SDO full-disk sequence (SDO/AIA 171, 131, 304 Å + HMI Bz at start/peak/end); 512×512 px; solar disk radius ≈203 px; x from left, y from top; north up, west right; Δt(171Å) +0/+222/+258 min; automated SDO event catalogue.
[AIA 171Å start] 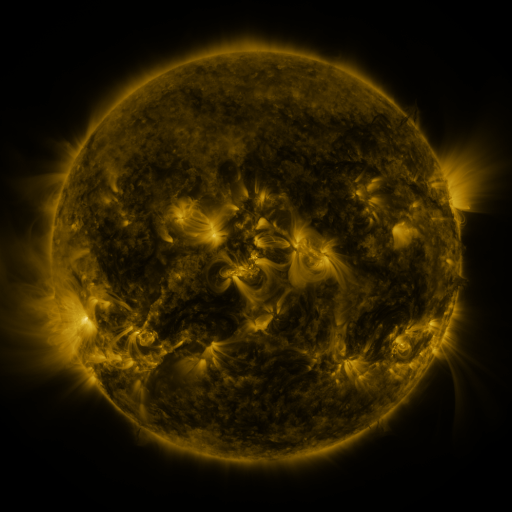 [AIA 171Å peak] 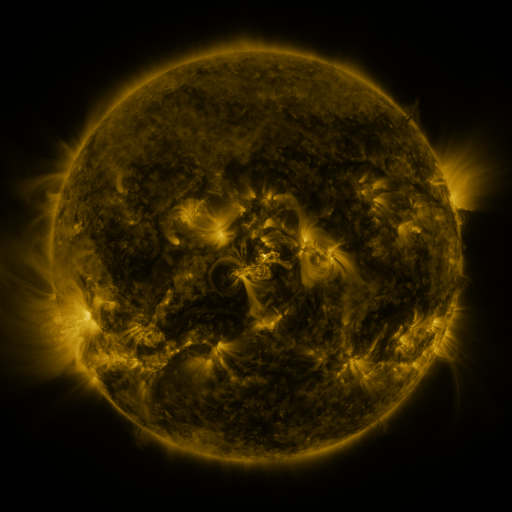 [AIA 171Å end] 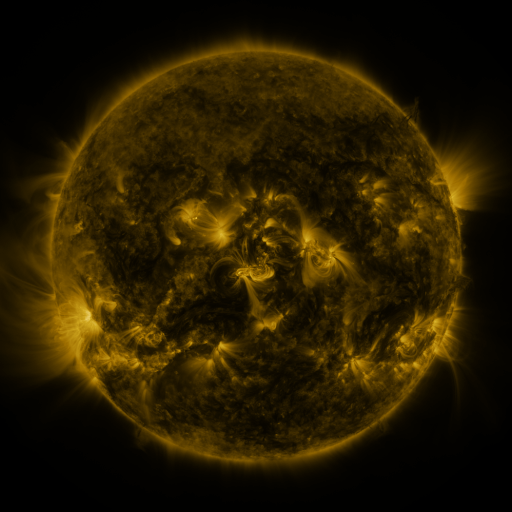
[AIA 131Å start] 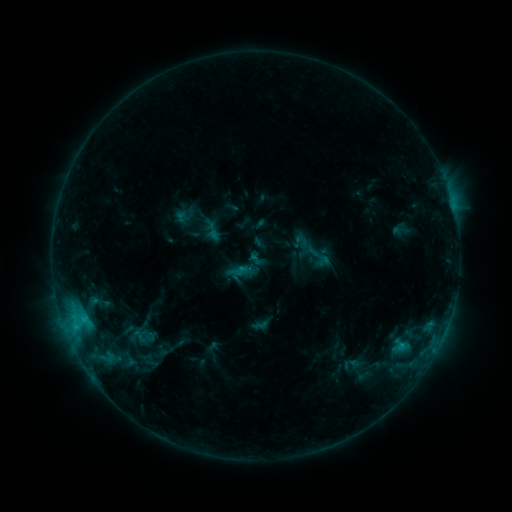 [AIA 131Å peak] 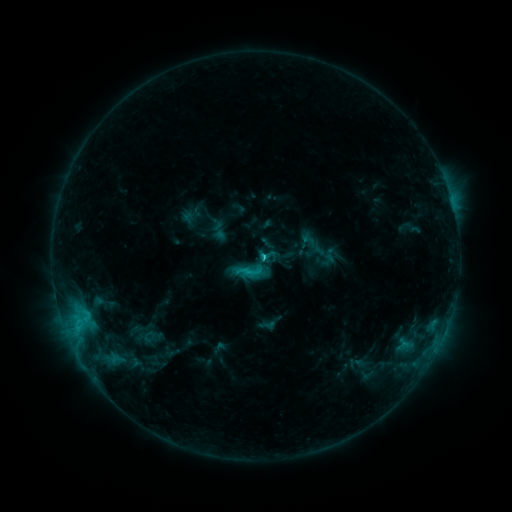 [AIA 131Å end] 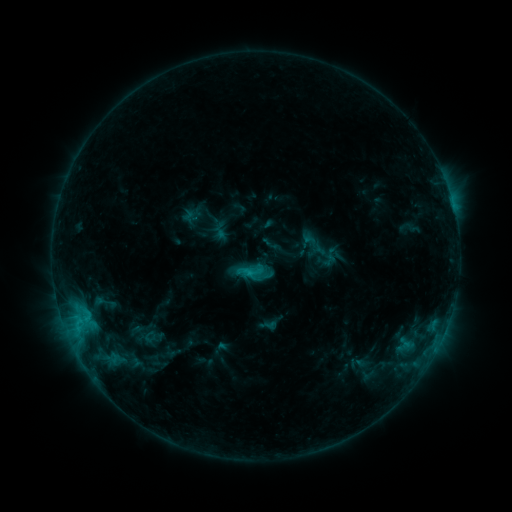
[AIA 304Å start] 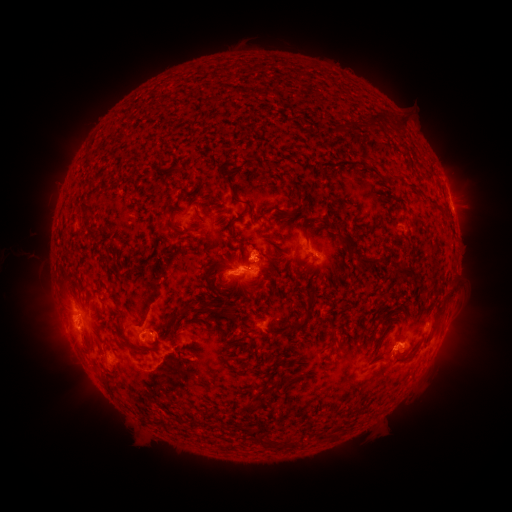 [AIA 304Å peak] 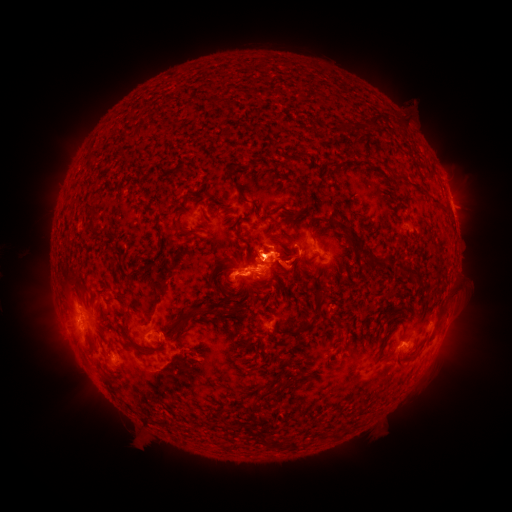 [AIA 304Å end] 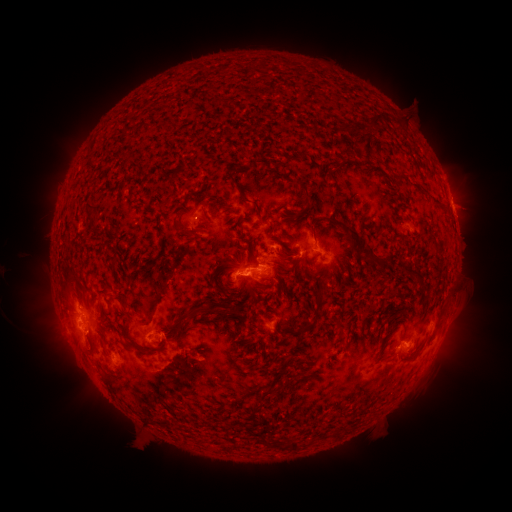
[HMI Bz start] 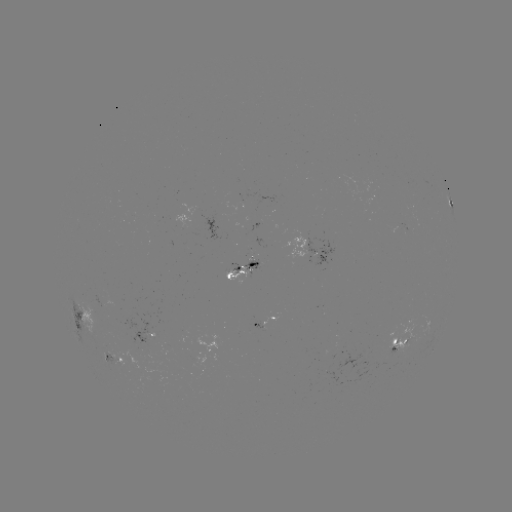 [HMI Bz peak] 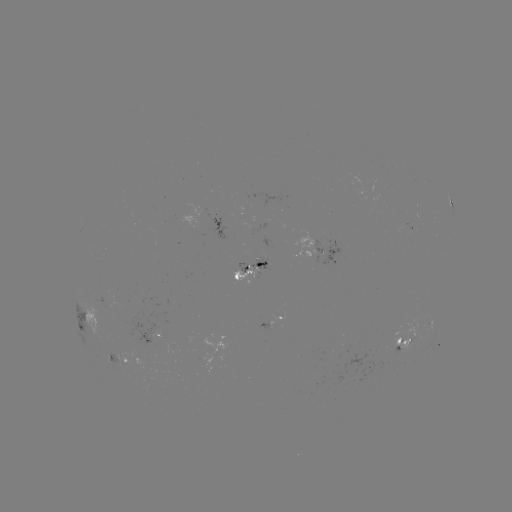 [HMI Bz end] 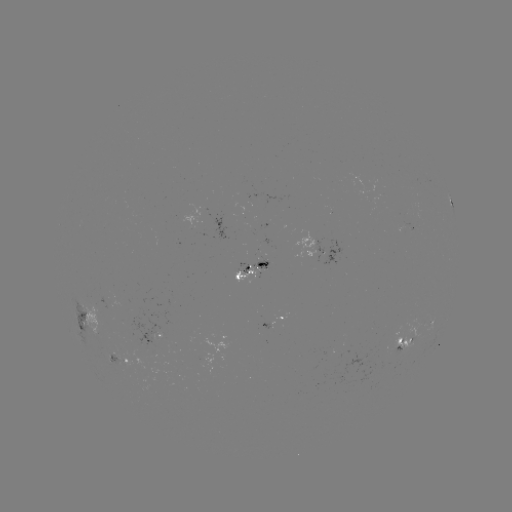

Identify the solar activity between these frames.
C2.7 flare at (263, 260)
